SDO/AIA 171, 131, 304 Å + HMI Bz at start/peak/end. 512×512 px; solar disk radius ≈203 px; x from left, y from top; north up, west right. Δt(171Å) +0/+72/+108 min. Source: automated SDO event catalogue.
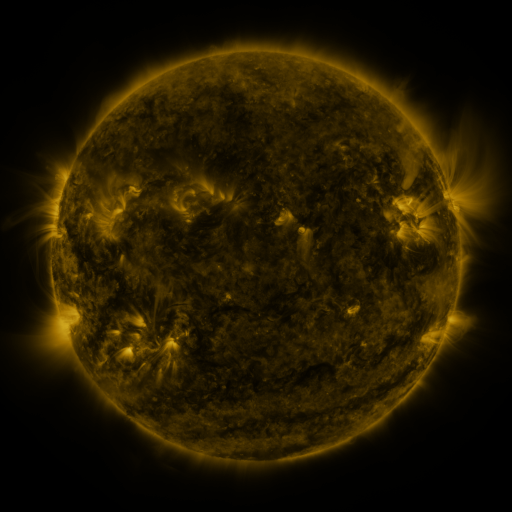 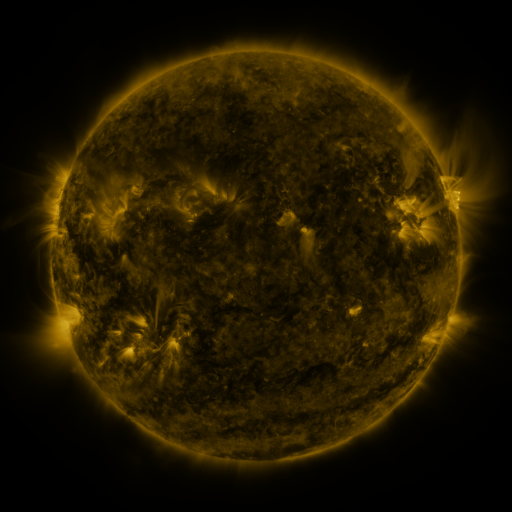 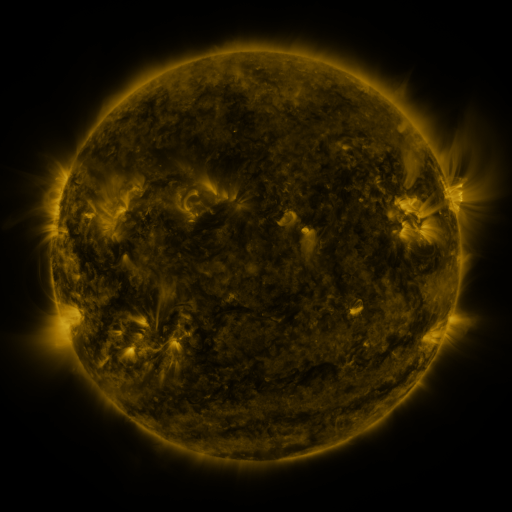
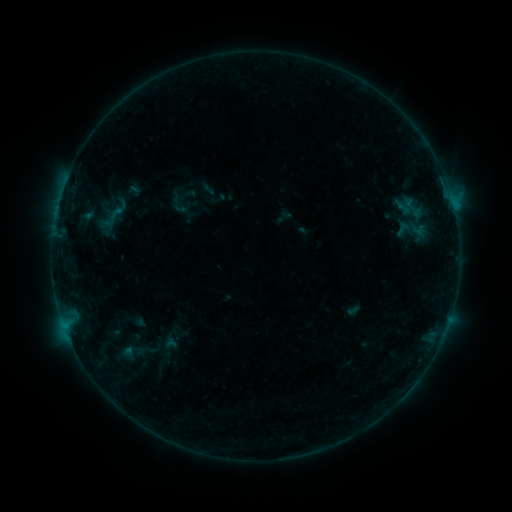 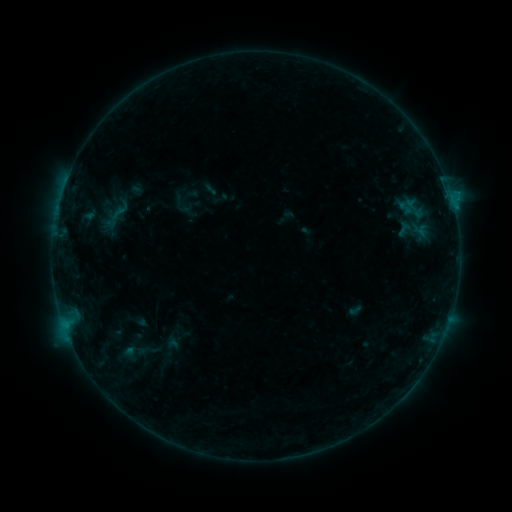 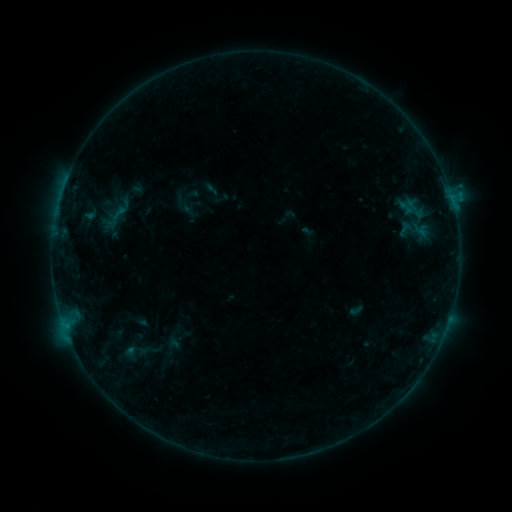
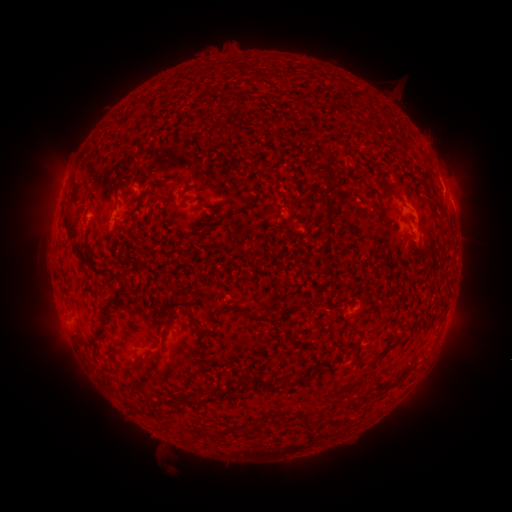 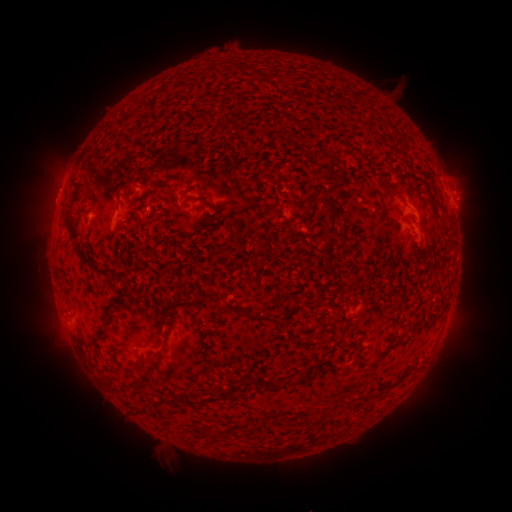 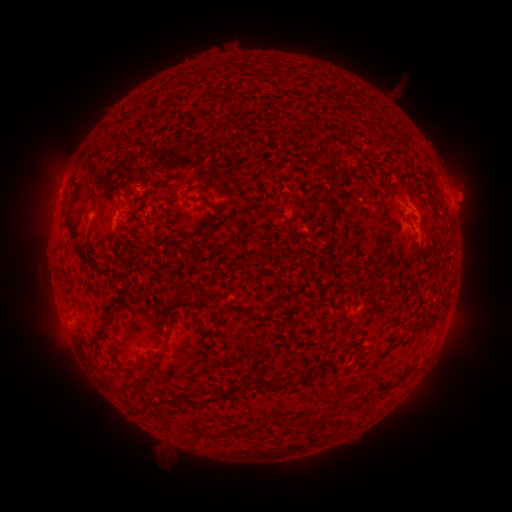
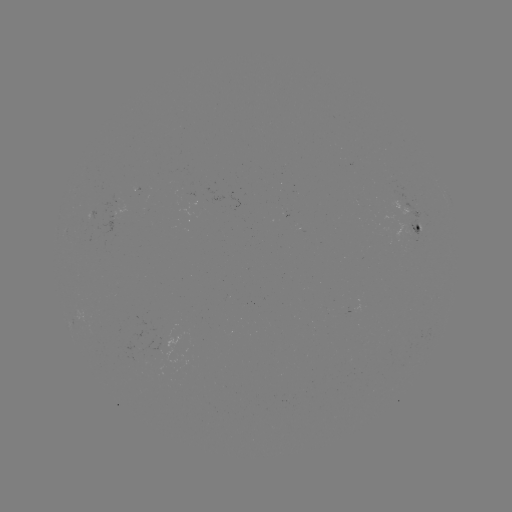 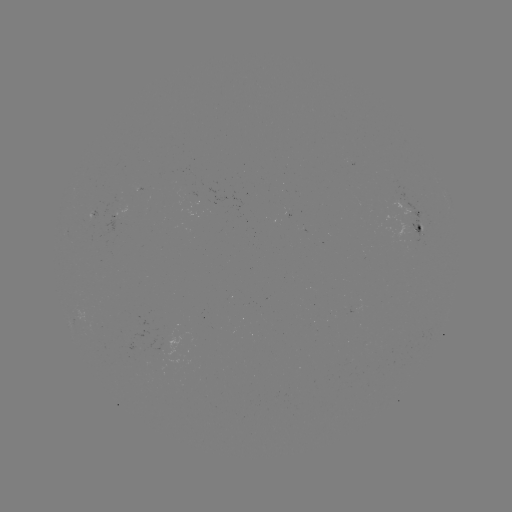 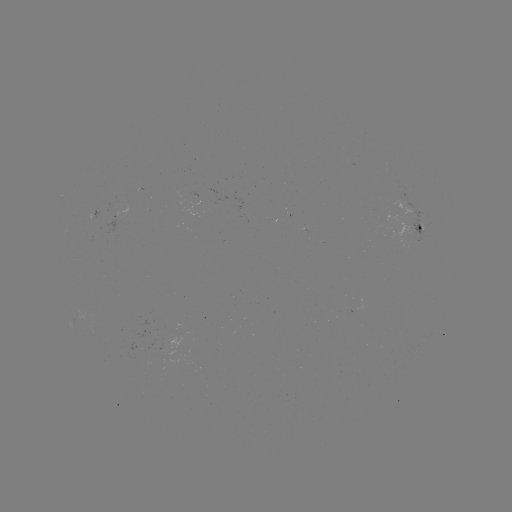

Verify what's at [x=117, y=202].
emerging-flux region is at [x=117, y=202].